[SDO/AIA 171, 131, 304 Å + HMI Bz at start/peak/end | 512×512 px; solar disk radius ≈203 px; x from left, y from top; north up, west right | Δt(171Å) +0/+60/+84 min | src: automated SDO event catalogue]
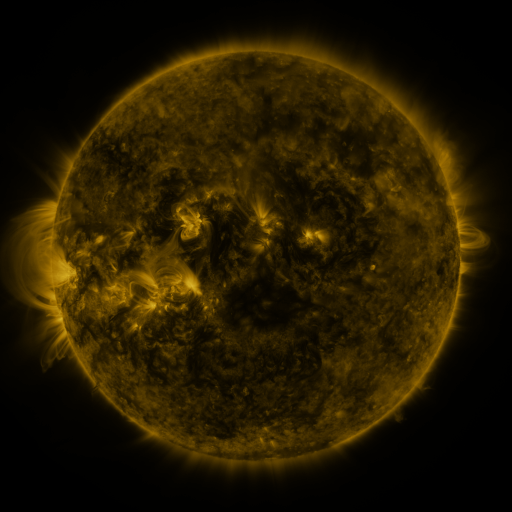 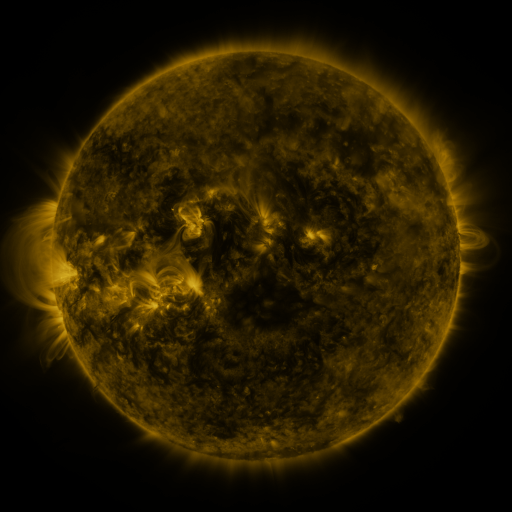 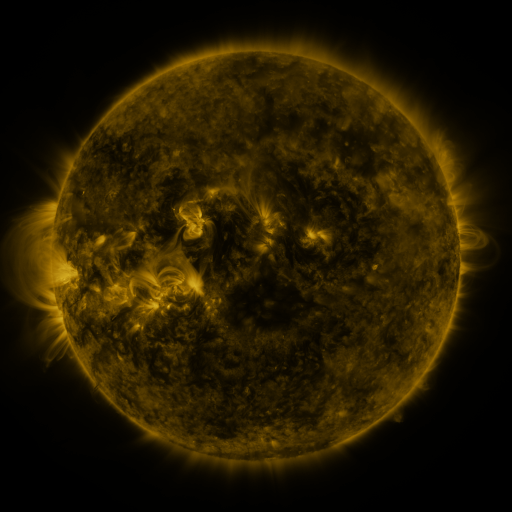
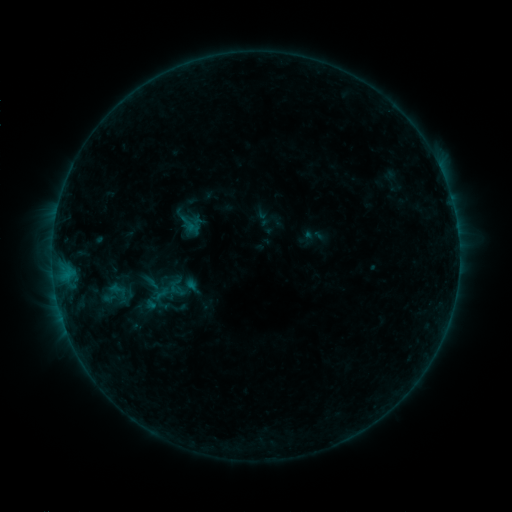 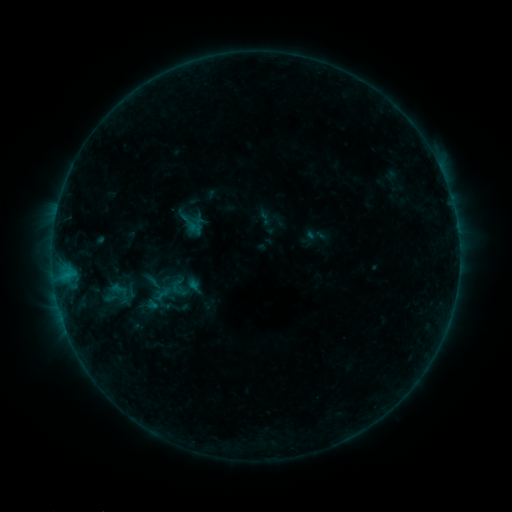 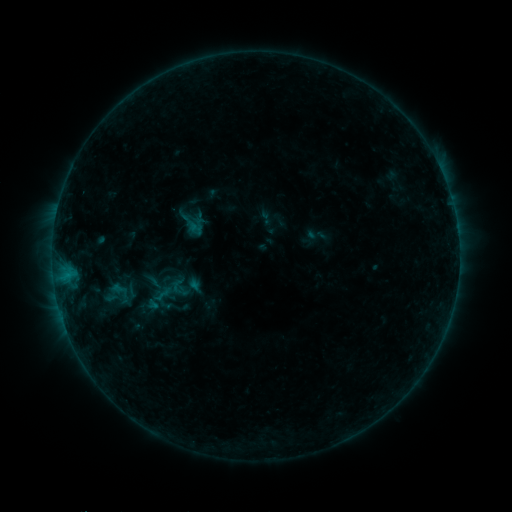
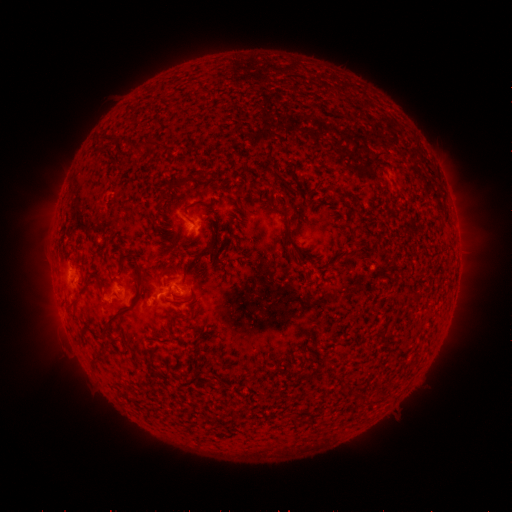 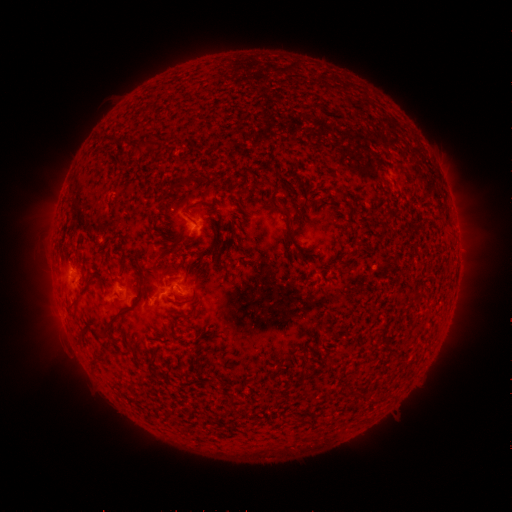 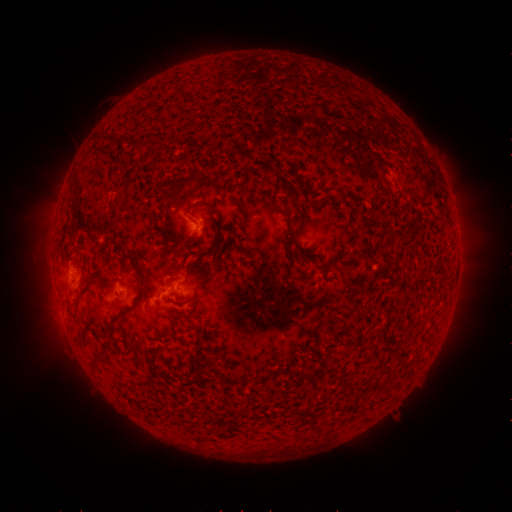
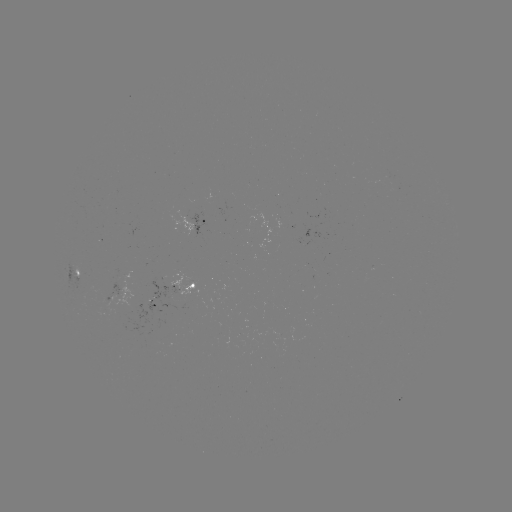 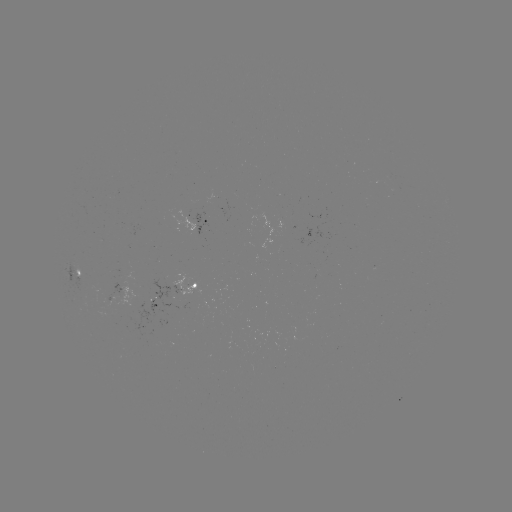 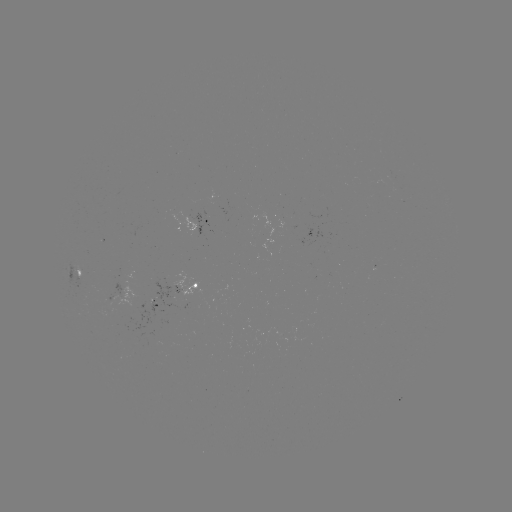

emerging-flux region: (170, 274, 201, 307)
